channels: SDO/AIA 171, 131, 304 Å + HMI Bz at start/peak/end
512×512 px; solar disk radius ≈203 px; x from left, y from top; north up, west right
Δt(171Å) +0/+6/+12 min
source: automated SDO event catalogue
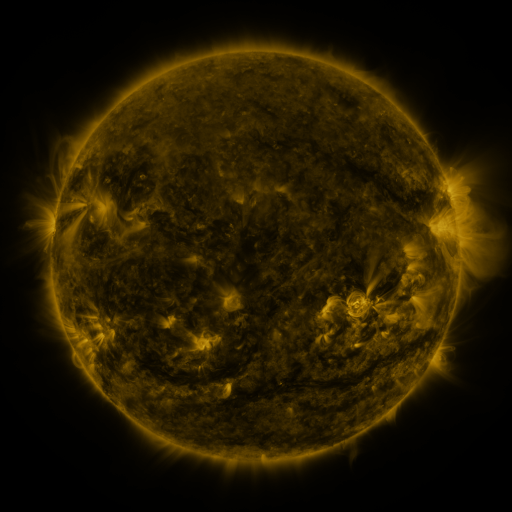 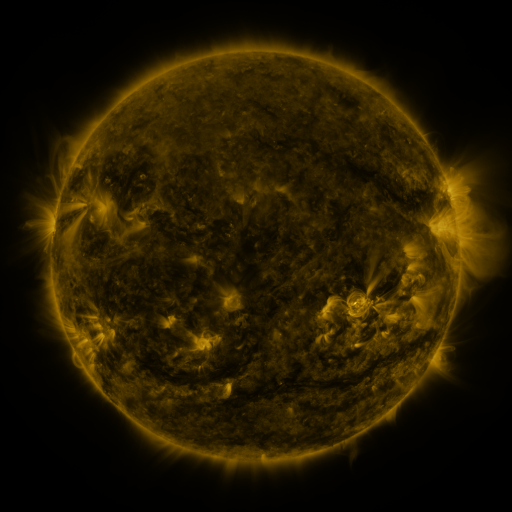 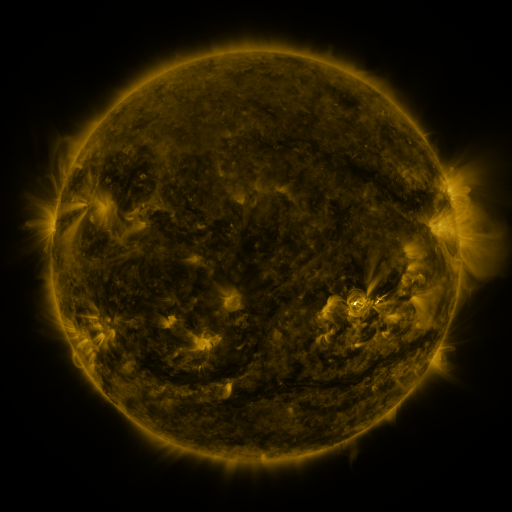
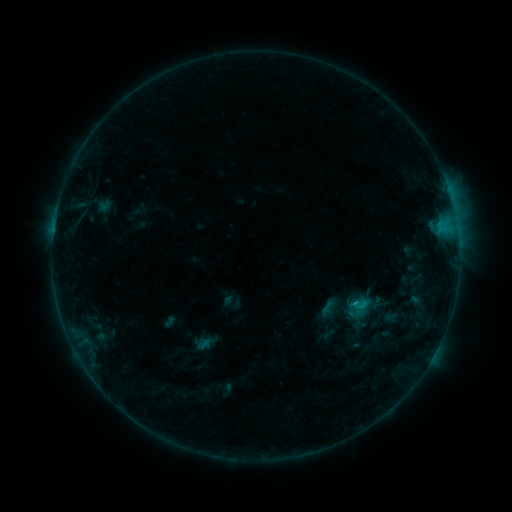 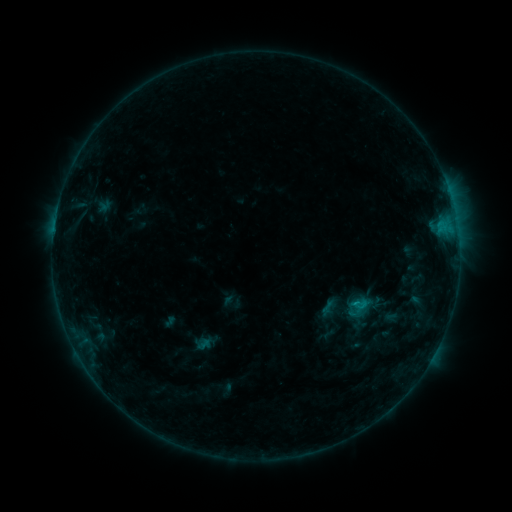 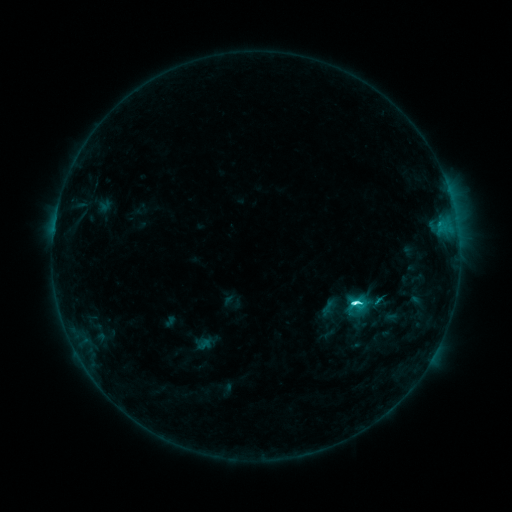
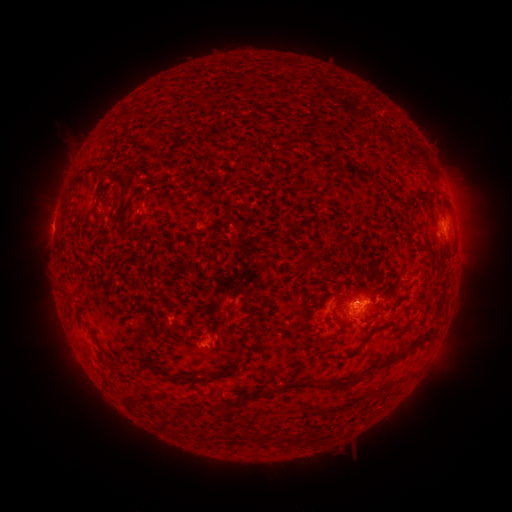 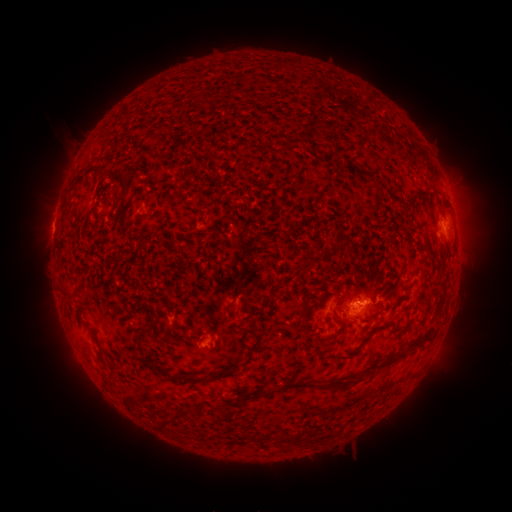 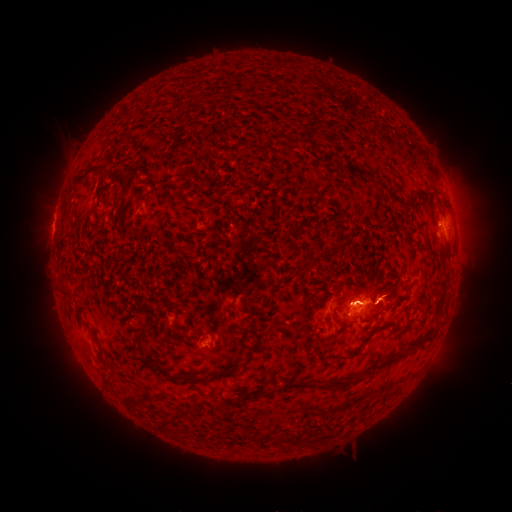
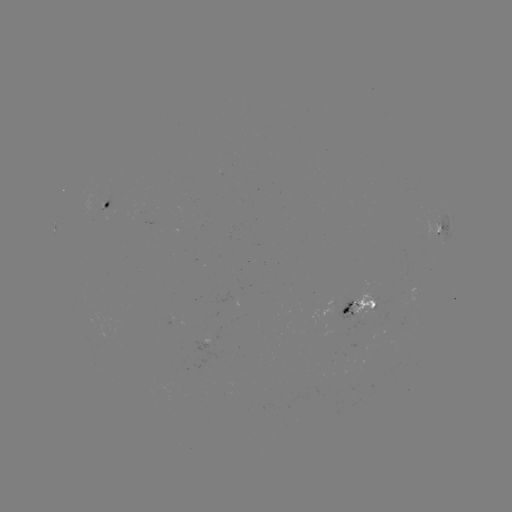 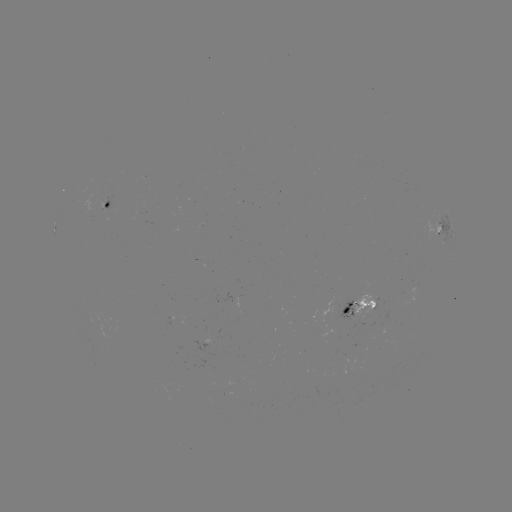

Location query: C5.9 flare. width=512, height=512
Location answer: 352,302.